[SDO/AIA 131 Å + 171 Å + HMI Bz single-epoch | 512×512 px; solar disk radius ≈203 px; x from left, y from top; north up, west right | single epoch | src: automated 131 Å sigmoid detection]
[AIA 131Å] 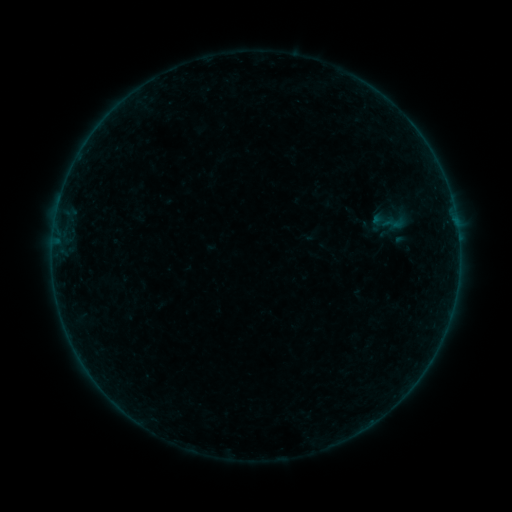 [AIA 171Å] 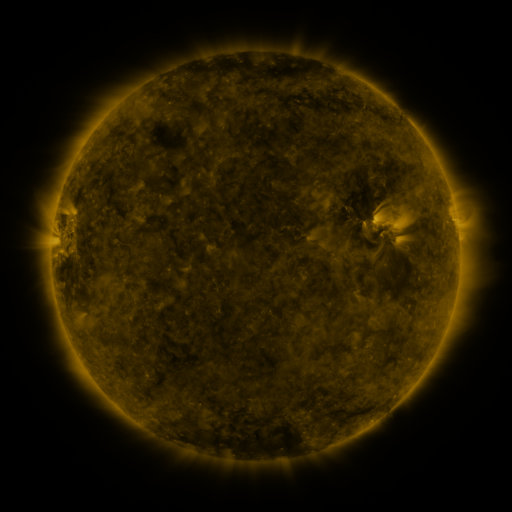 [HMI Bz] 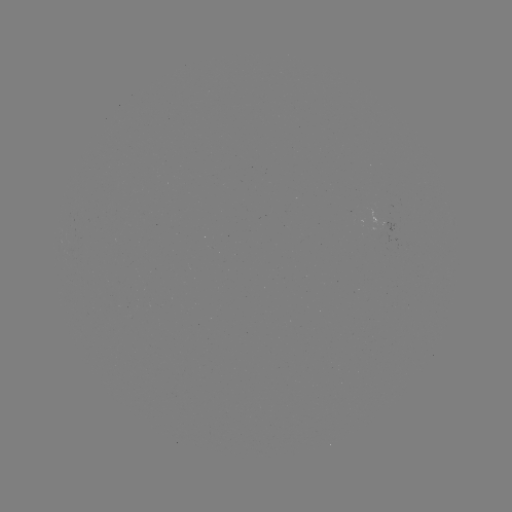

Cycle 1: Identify sigmoid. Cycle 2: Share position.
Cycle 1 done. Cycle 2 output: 394,223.